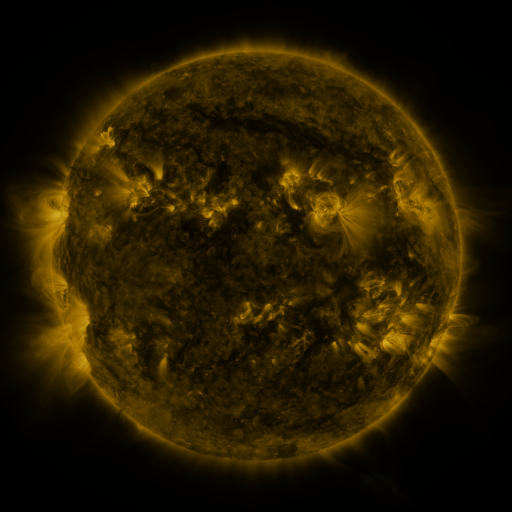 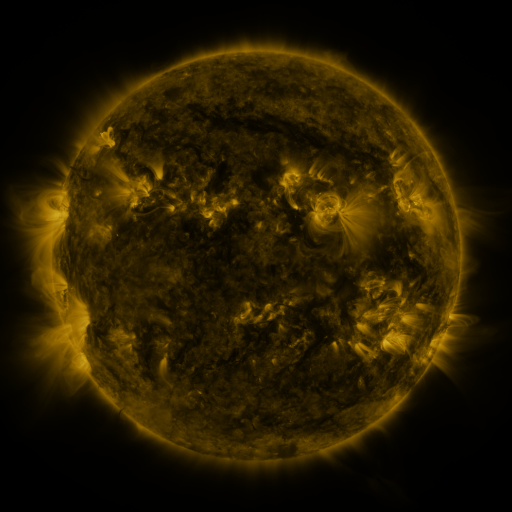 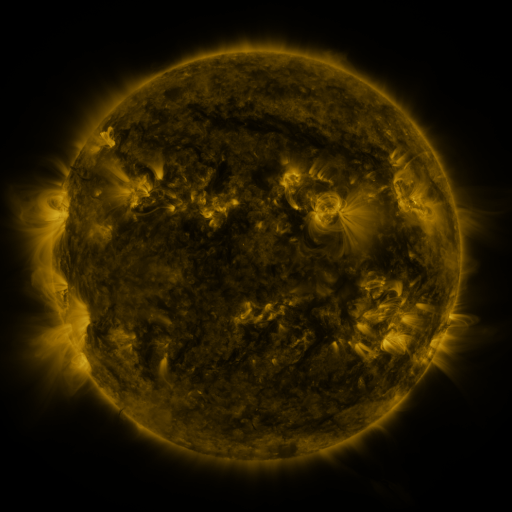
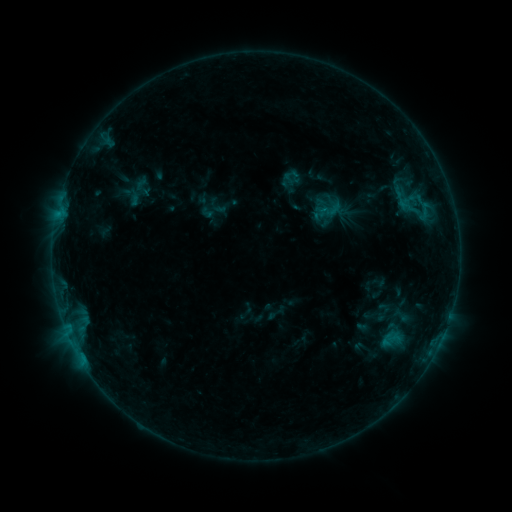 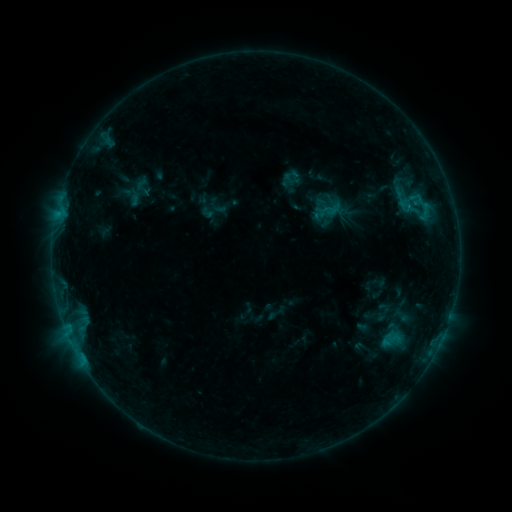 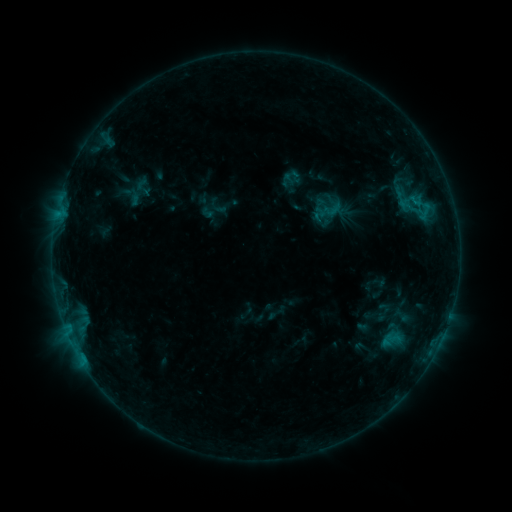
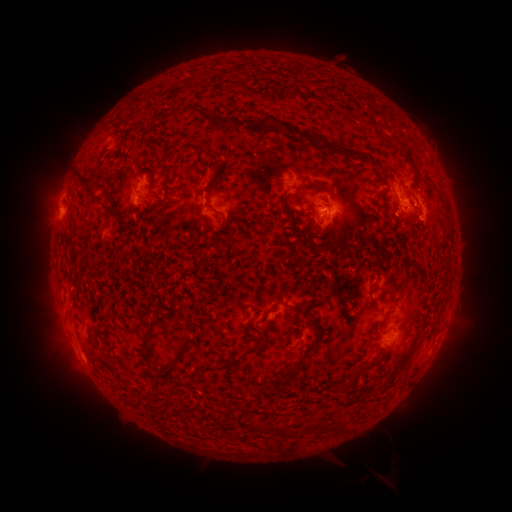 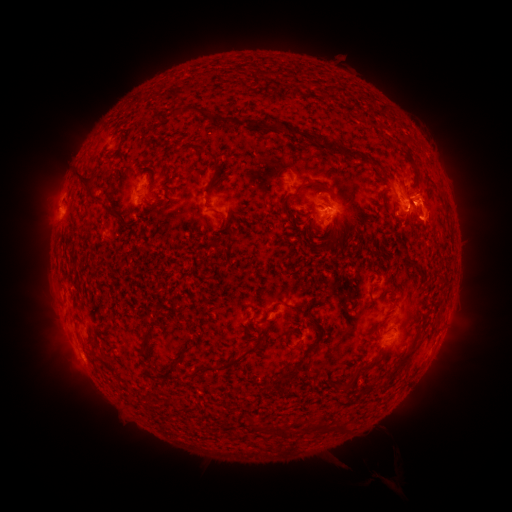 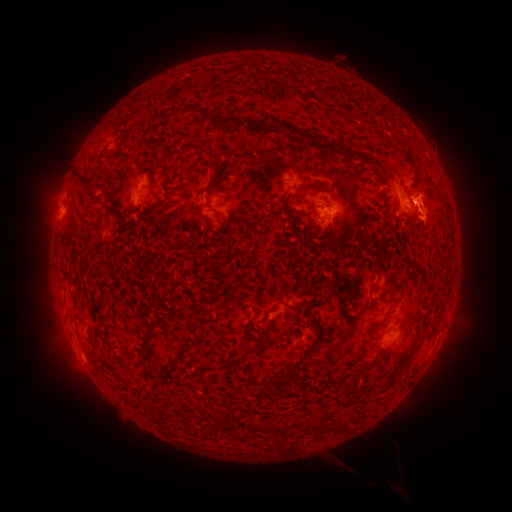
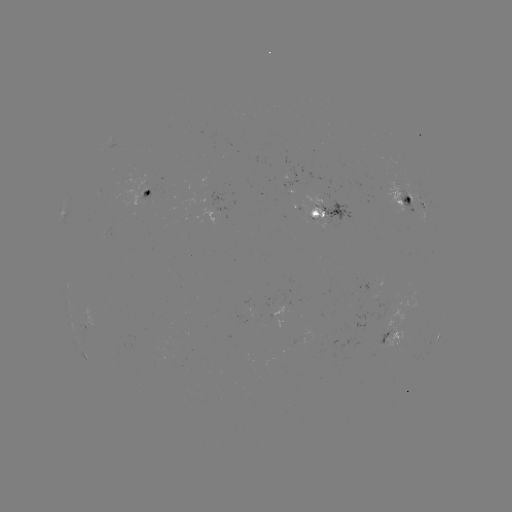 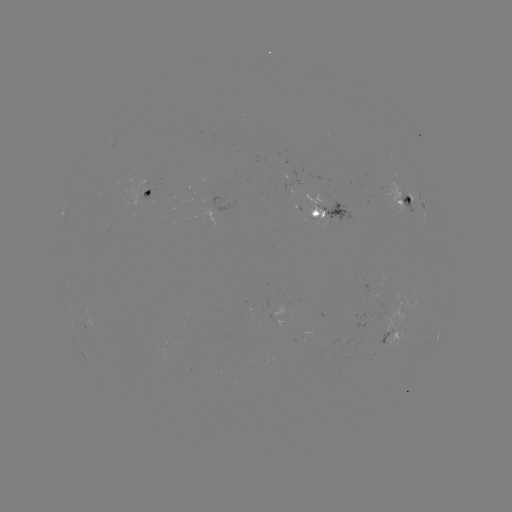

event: eruption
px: (430, 202)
